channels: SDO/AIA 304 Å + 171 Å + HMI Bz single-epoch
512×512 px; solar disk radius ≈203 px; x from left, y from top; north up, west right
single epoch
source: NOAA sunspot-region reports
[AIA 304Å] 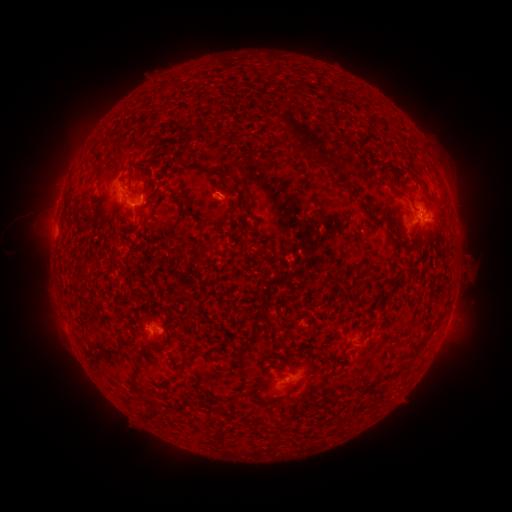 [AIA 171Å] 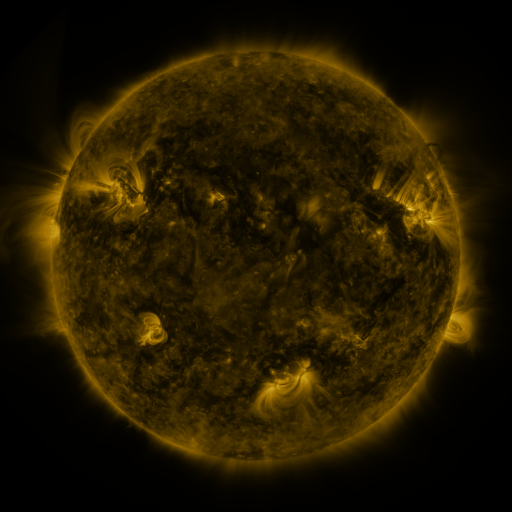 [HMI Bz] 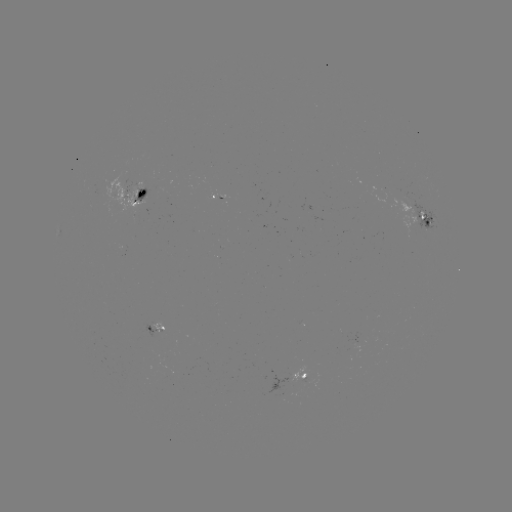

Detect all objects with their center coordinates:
spotted active region: (142, 199)
spotted active region: (415, 210)
spotted active region: (160, 330)
spotted active region: (305, 375)
